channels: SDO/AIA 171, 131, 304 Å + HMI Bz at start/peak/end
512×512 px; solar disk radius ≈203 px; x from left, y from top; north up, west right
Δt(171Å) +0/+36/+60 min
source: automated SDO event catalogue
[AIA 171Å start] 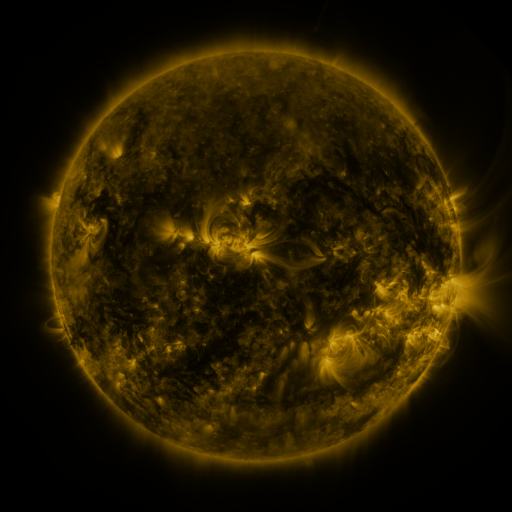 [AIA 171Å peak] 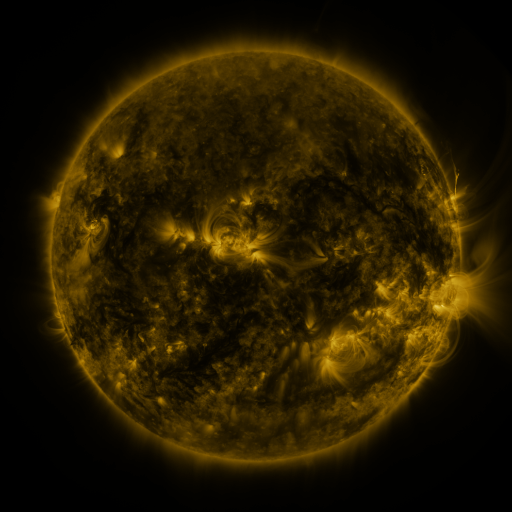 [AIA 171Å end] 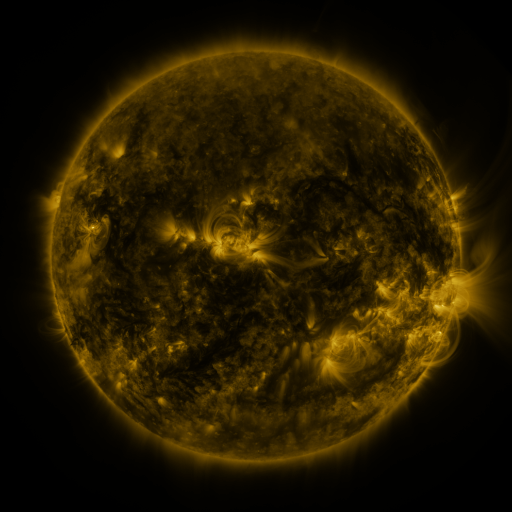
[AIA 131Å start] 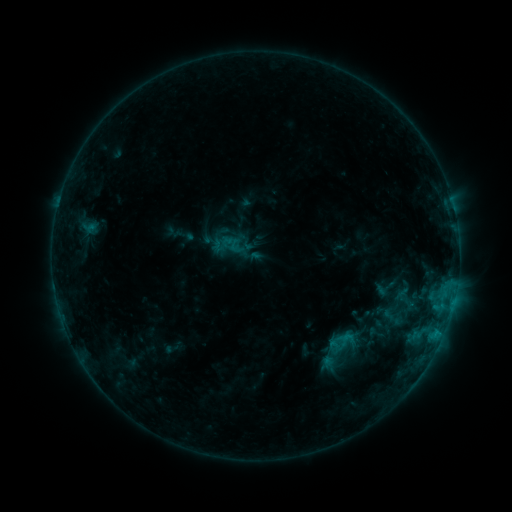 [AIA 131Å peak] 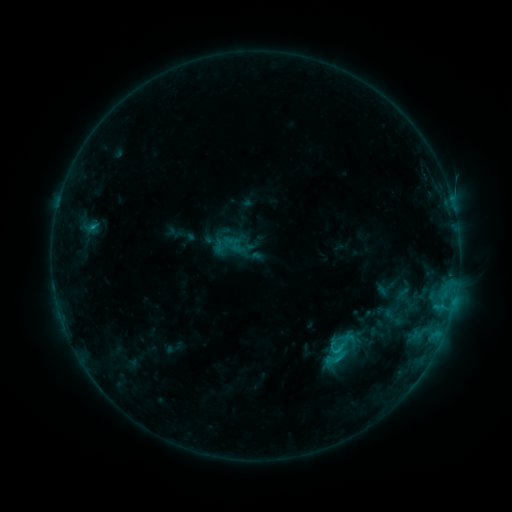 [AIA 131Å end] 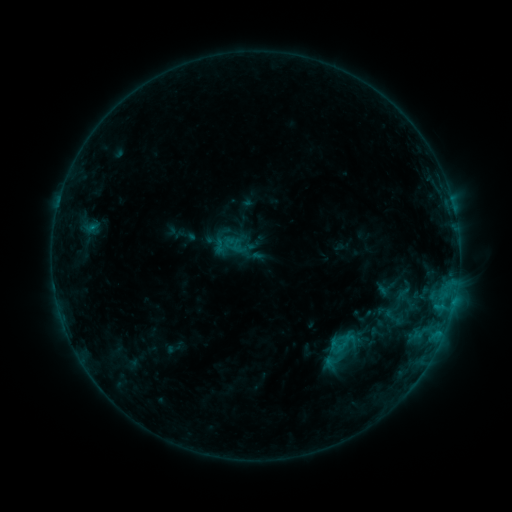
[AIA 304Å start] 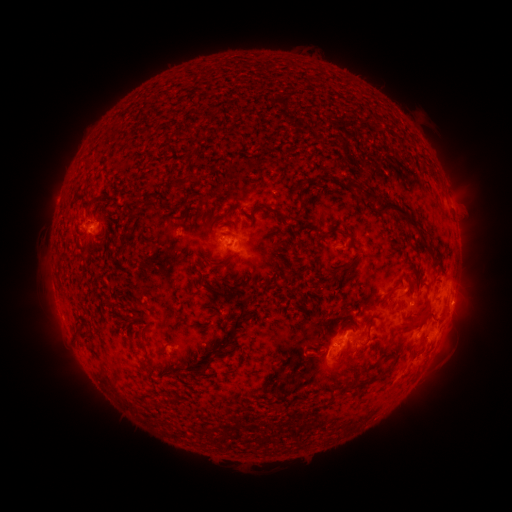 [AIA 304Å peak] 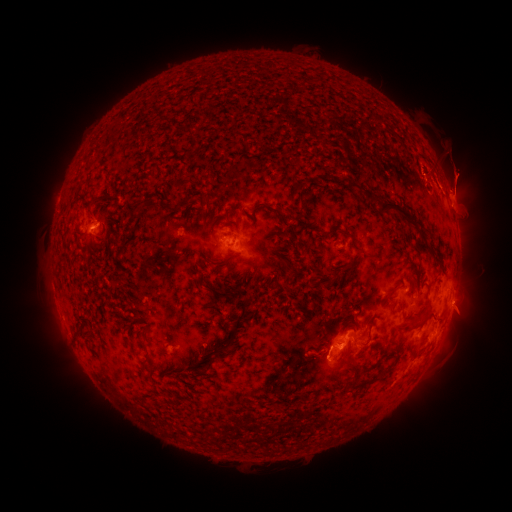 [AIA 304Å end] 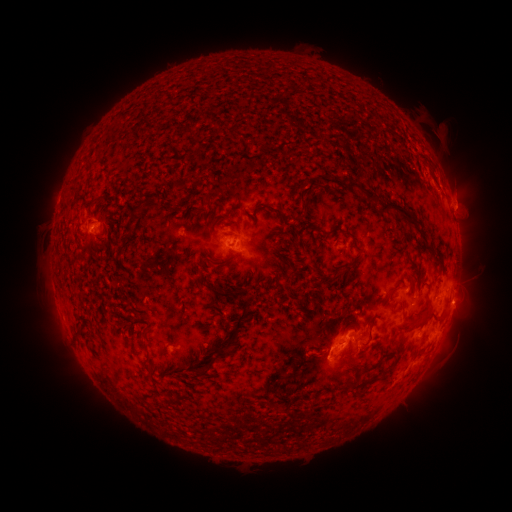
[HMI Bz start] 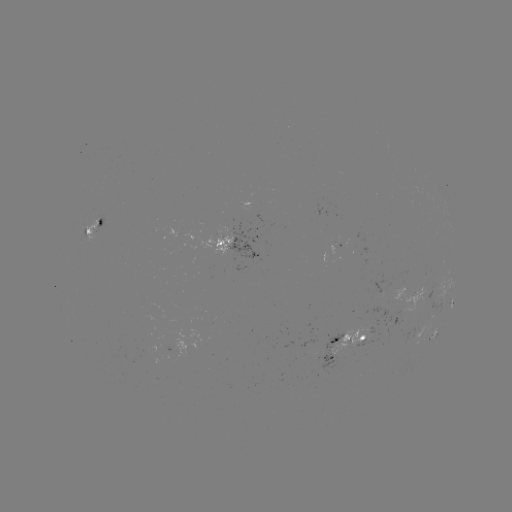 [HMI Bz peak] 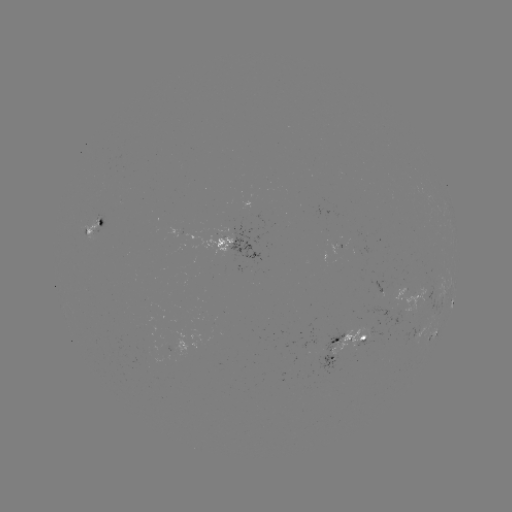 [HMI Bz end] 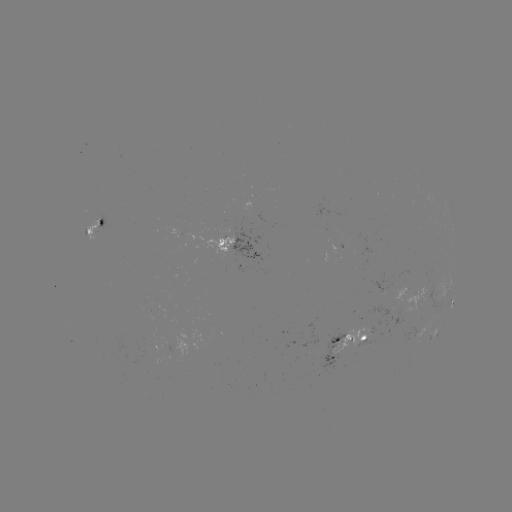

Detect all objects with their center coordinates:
C1.4 flare: (94, 230)
